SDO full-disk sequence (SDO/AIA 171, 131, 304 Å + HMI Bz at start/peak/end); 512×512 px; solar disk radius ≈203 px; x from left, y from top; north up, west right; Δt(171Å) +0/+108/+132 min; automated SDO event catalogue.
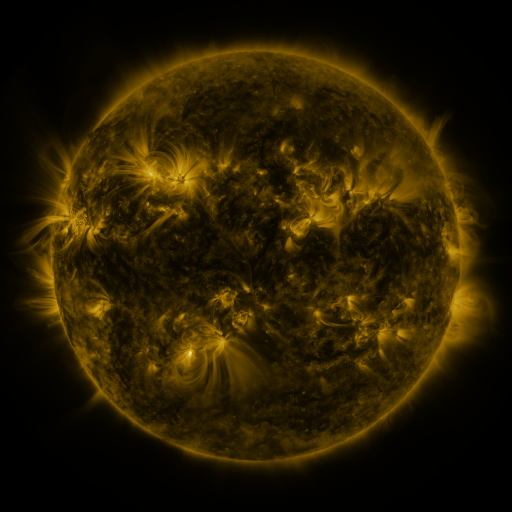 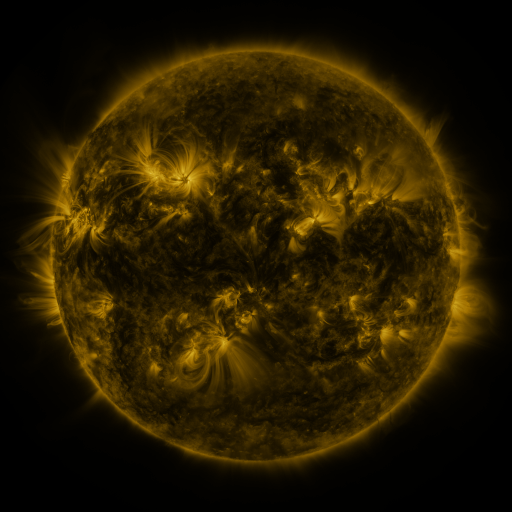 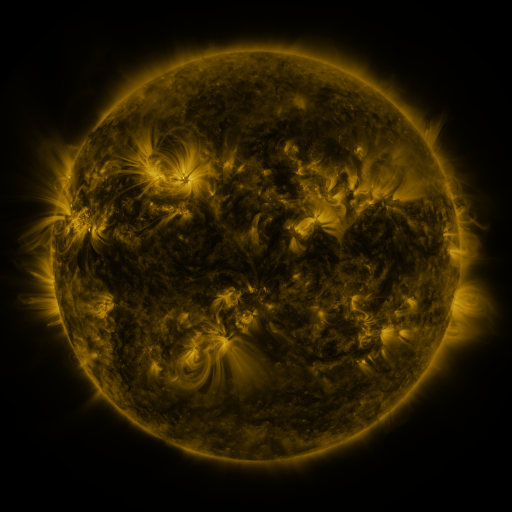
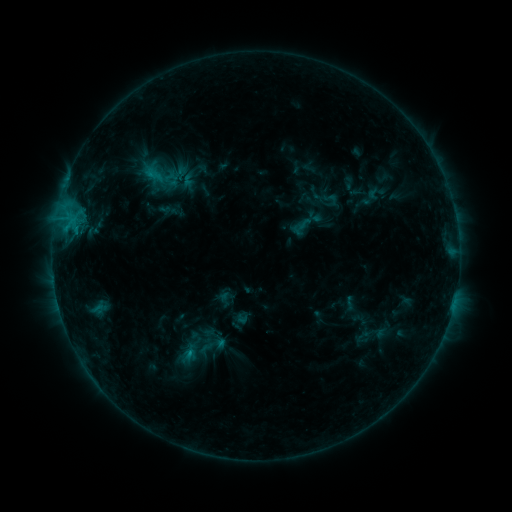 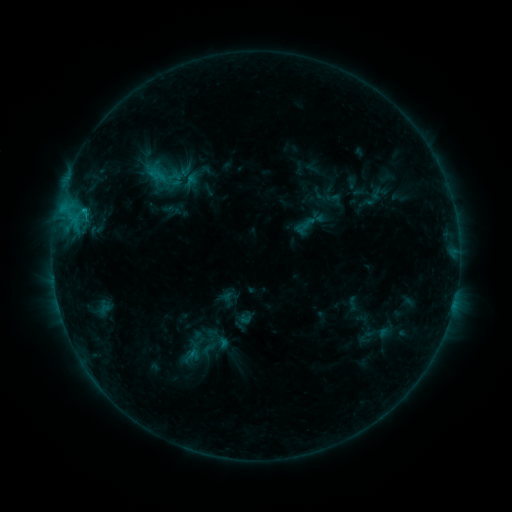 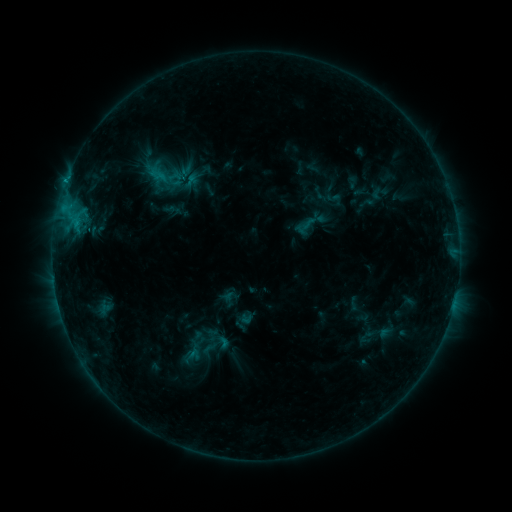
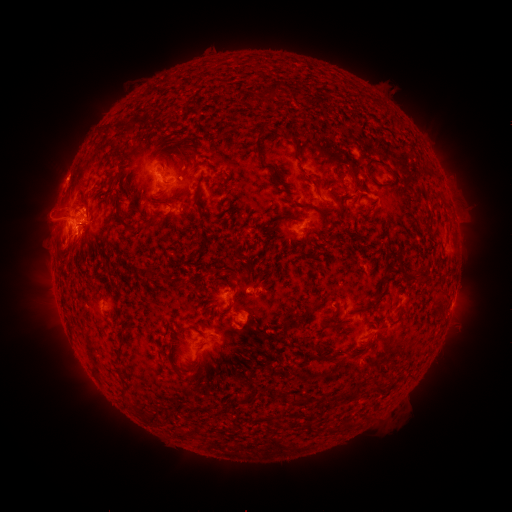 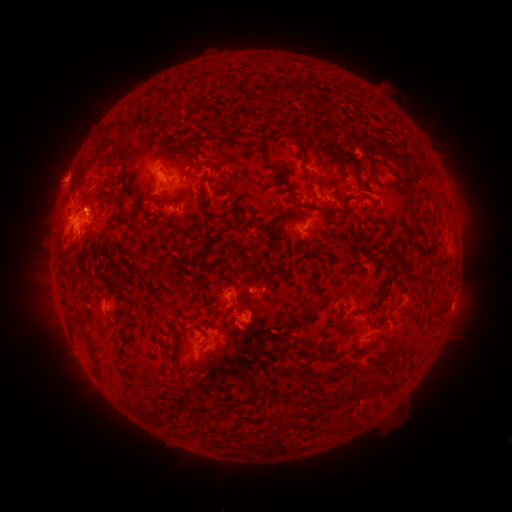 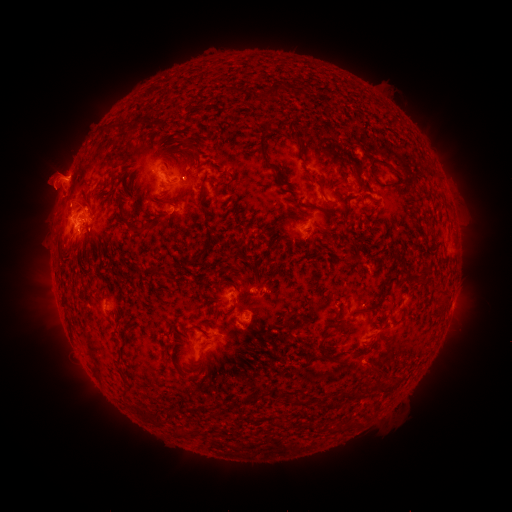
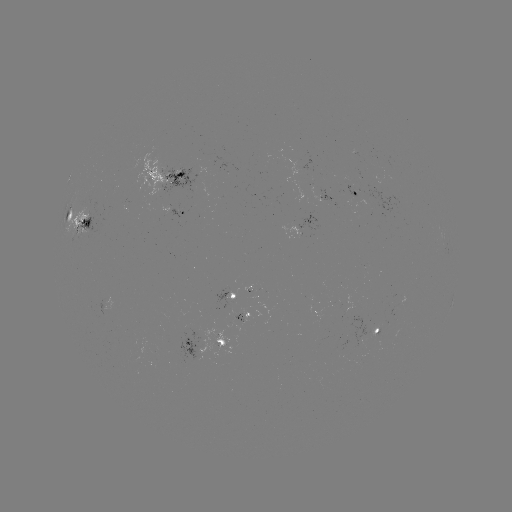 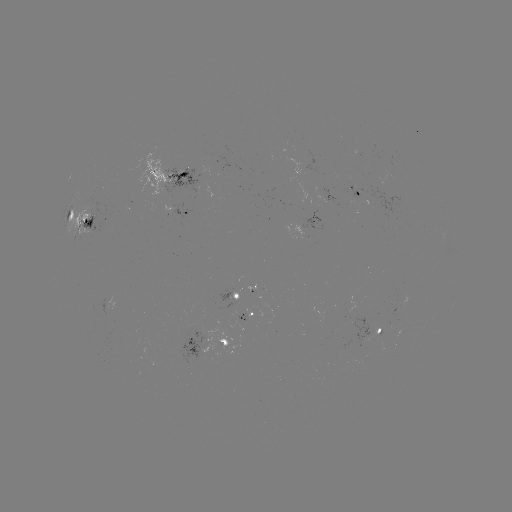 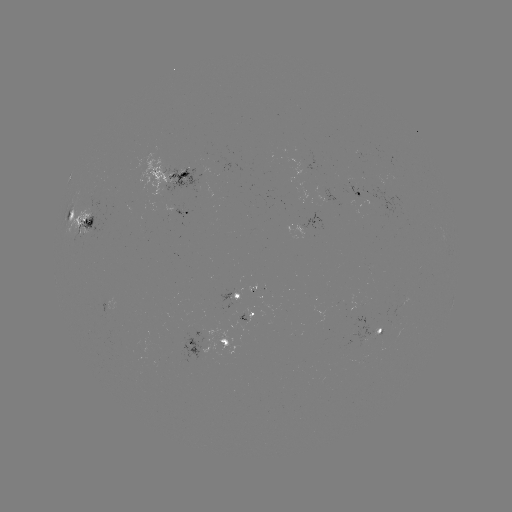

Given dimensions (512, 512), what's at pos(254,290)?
emerging-flux region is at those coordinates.